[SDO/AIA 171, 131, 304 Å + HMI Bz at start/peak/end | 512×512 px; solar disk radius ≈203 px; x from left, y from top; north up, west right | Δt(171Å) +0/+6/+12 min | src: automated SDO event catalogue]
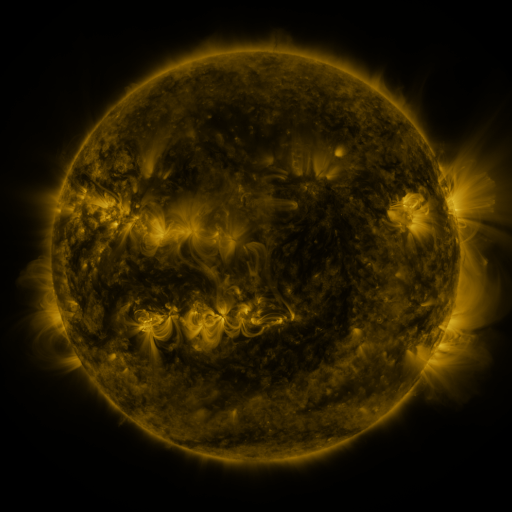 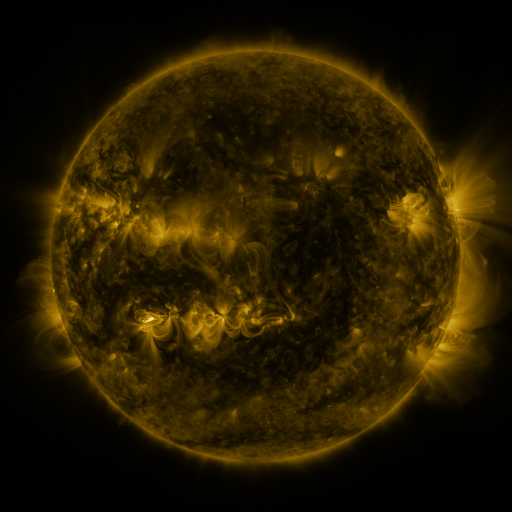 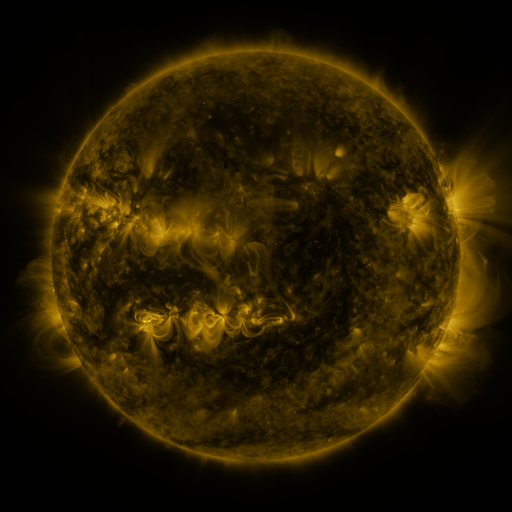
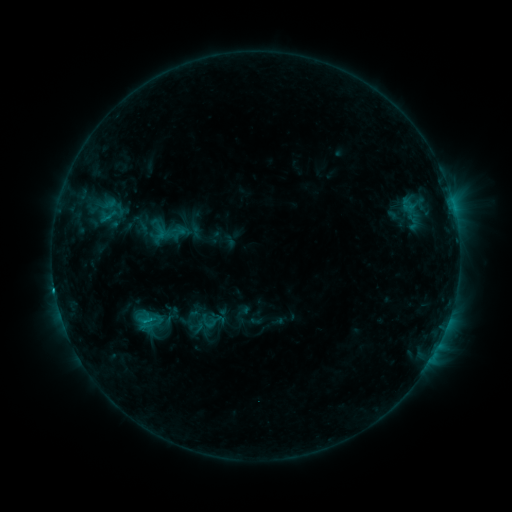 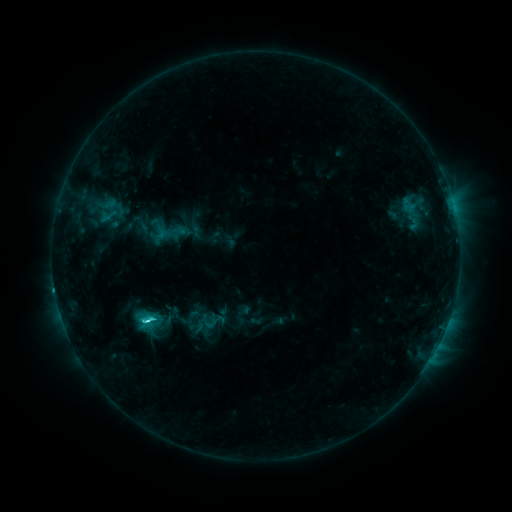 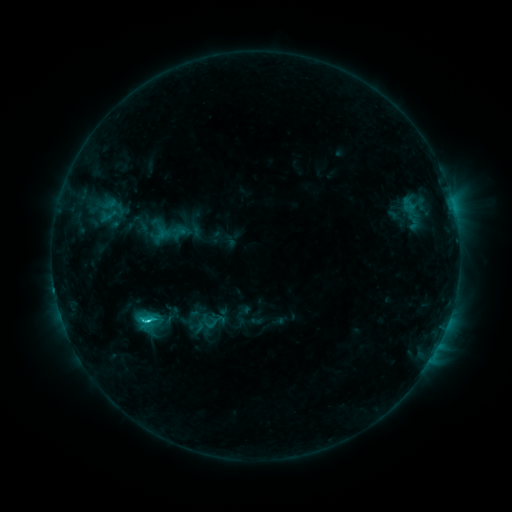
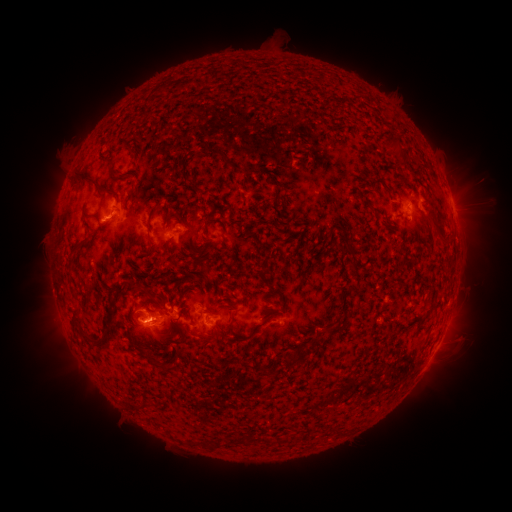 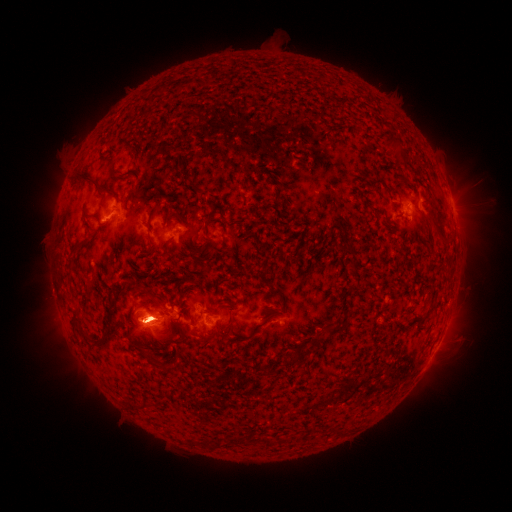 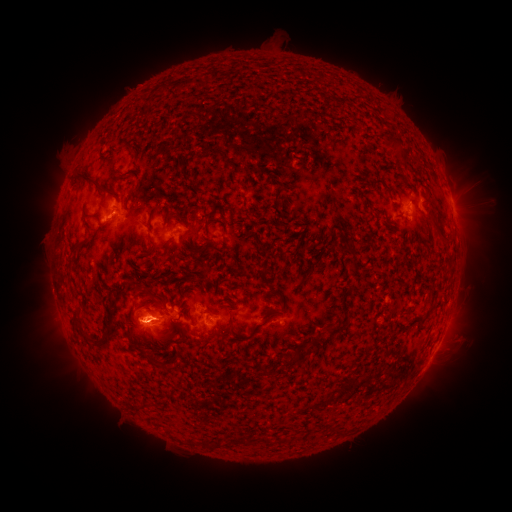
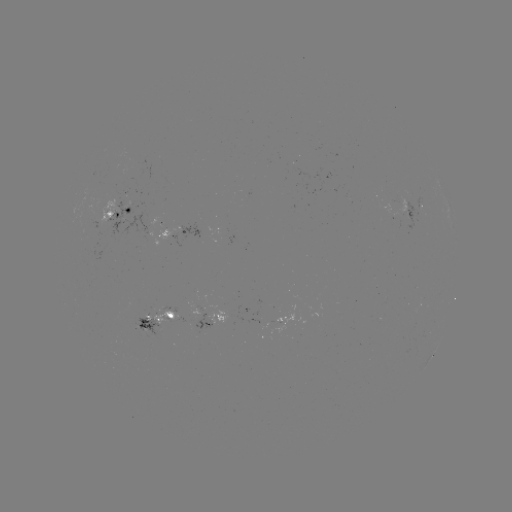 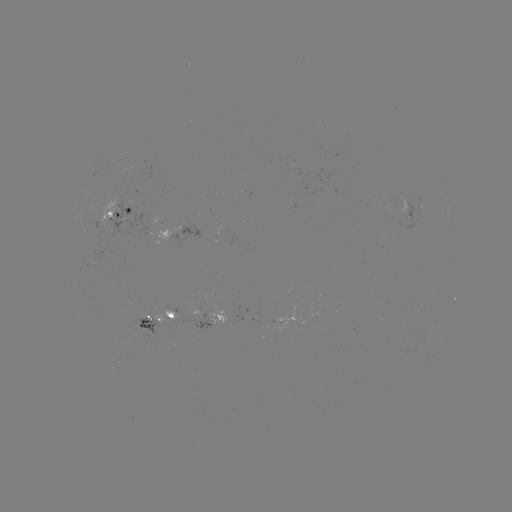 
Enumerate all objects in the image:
C3.4 flare: (150, 317)
